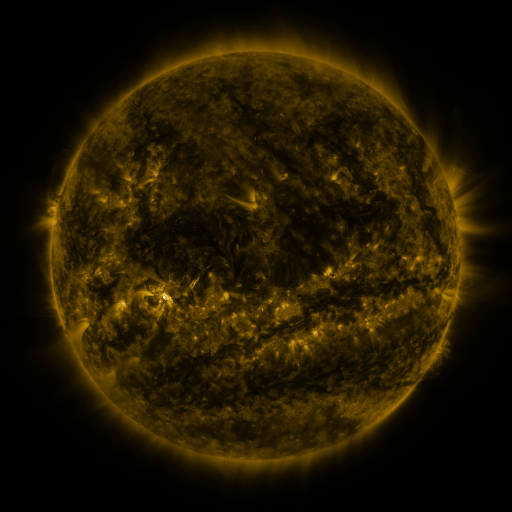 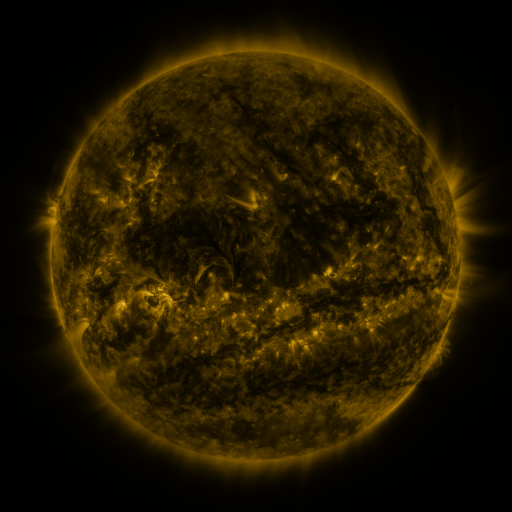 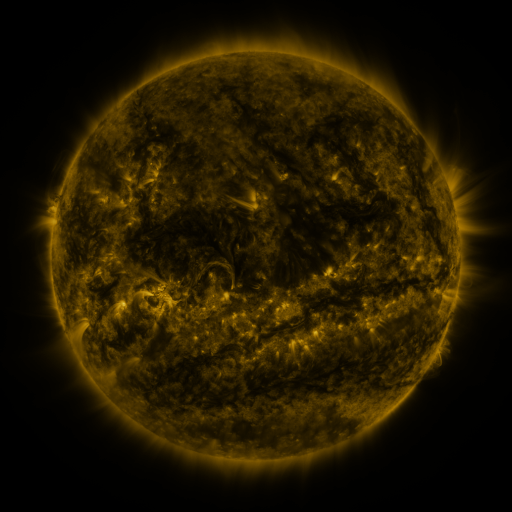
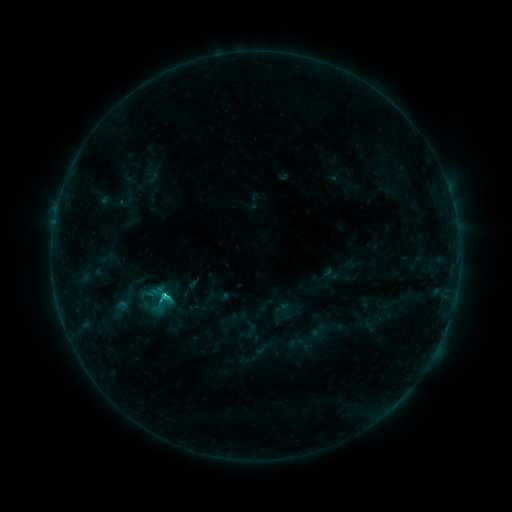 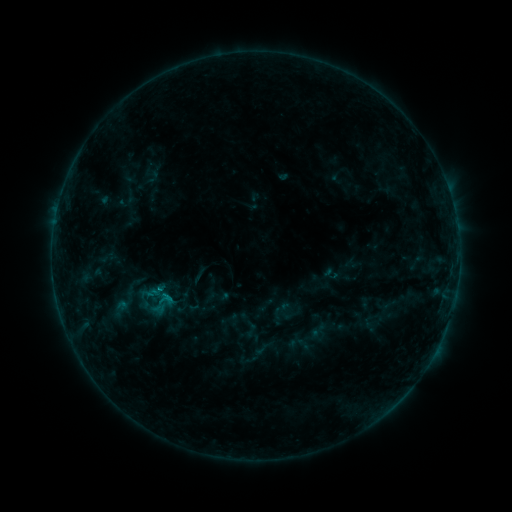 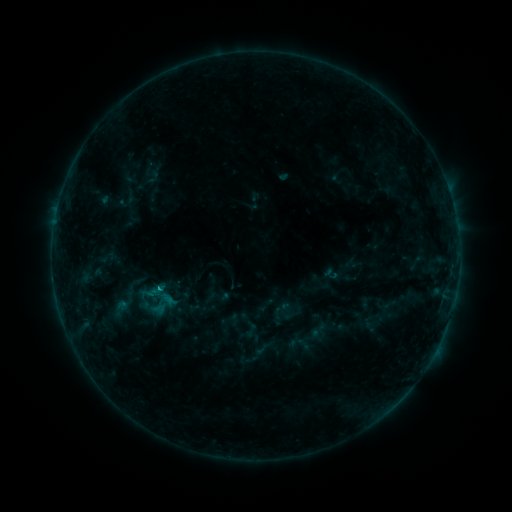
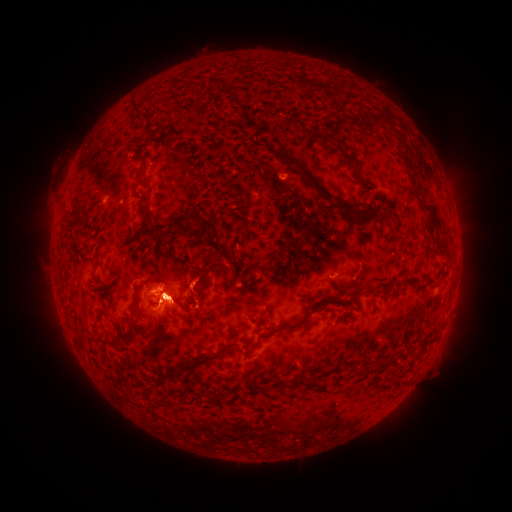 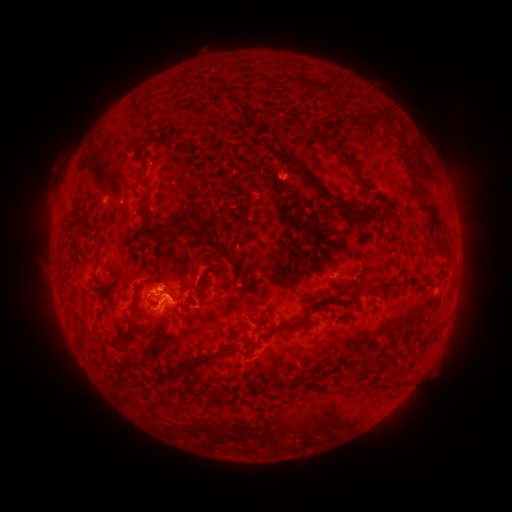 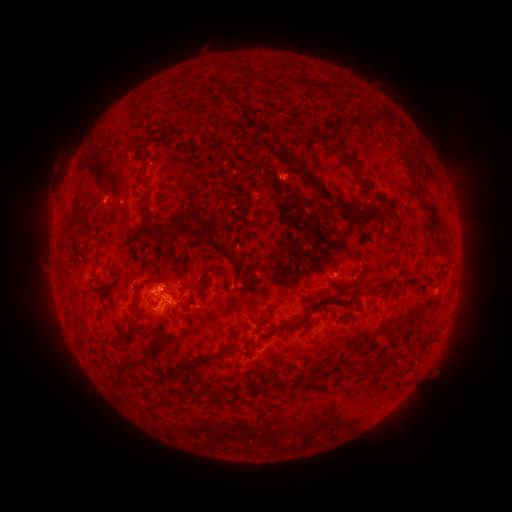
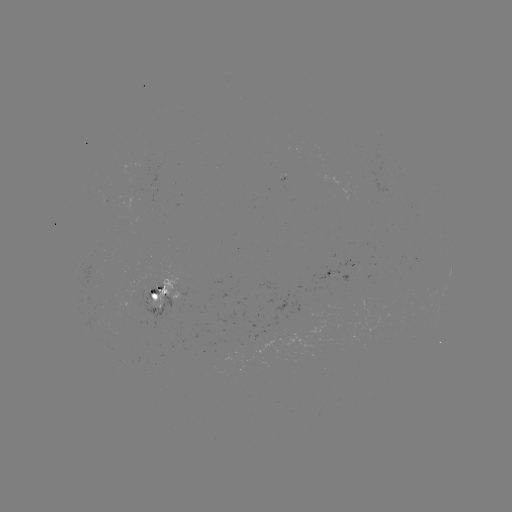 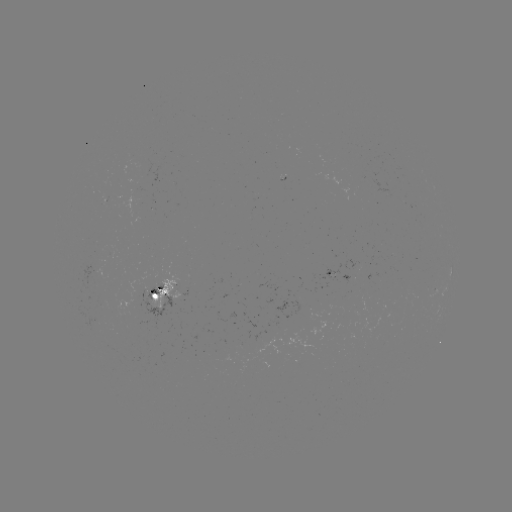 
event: eruption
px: (197, 276)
